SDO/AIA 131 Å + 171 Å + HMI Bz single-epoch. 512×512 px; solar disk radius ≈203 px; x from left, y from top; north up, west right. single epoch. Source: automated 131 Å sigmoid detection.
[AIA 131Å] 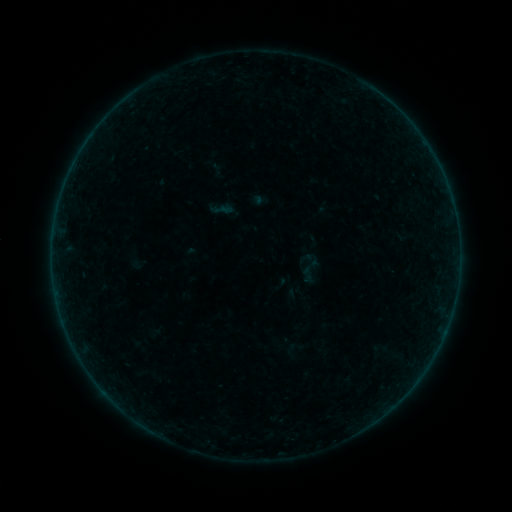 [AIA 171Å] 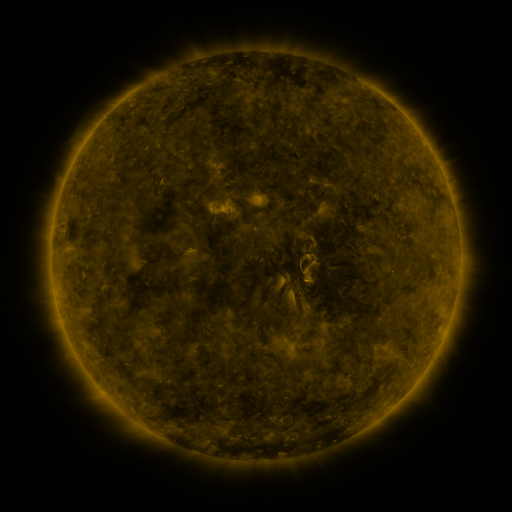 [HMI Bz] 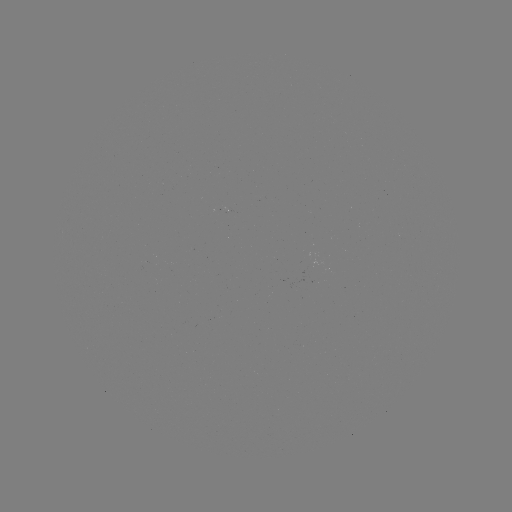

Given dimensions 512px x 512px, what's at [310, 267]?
sigmoid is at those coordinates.